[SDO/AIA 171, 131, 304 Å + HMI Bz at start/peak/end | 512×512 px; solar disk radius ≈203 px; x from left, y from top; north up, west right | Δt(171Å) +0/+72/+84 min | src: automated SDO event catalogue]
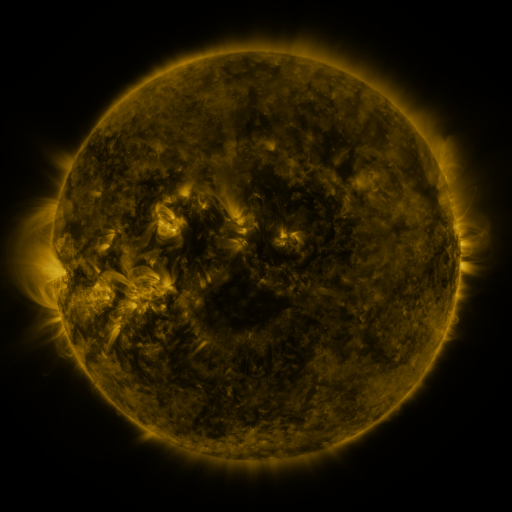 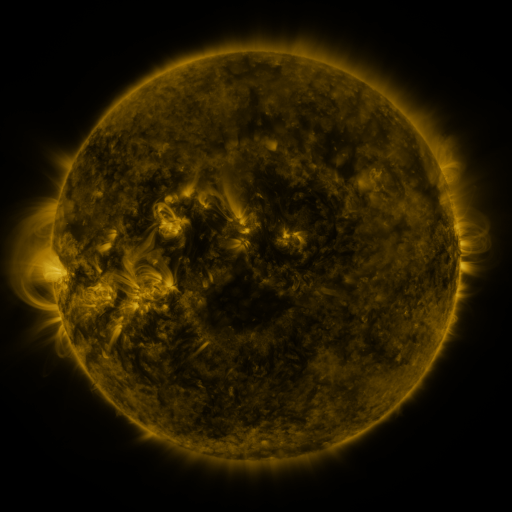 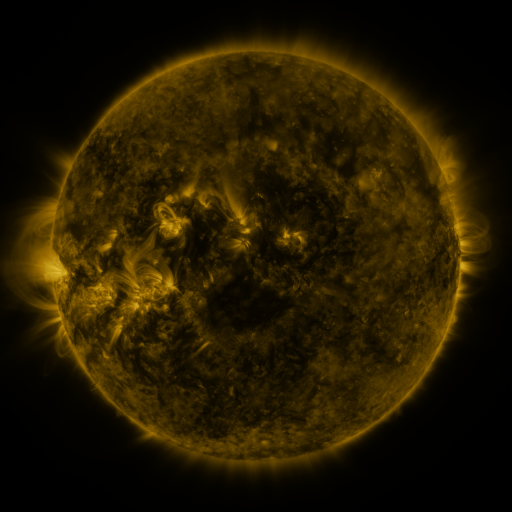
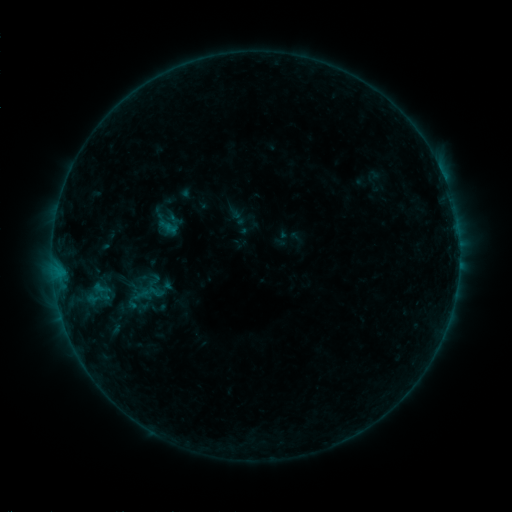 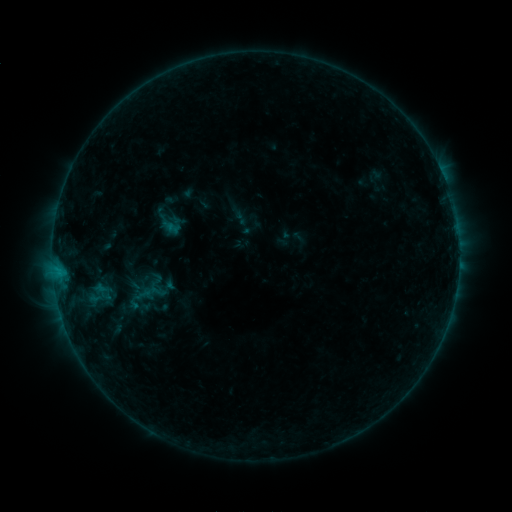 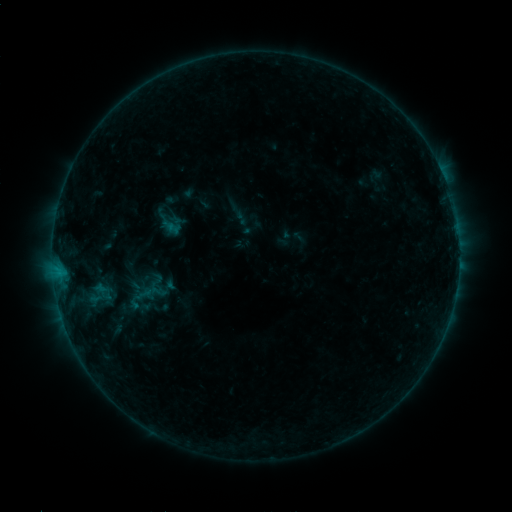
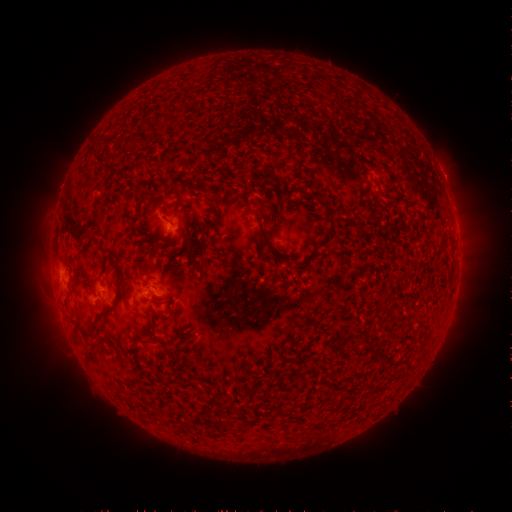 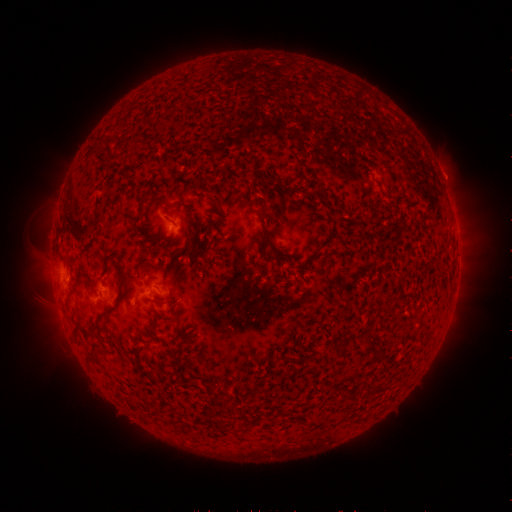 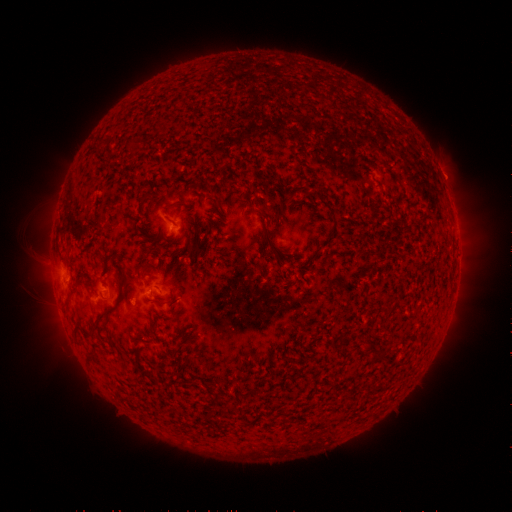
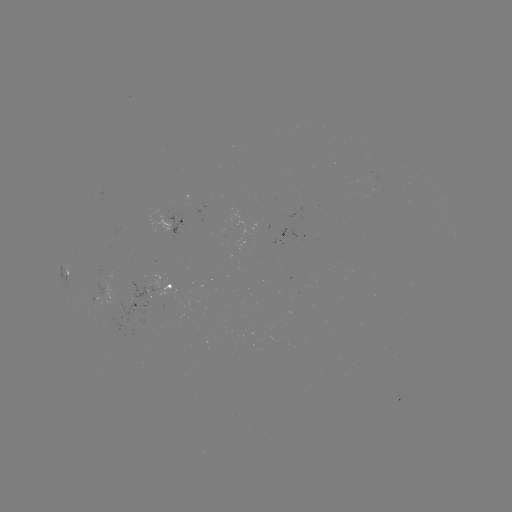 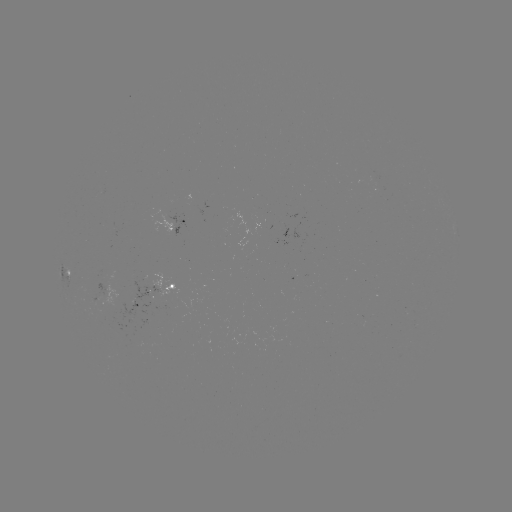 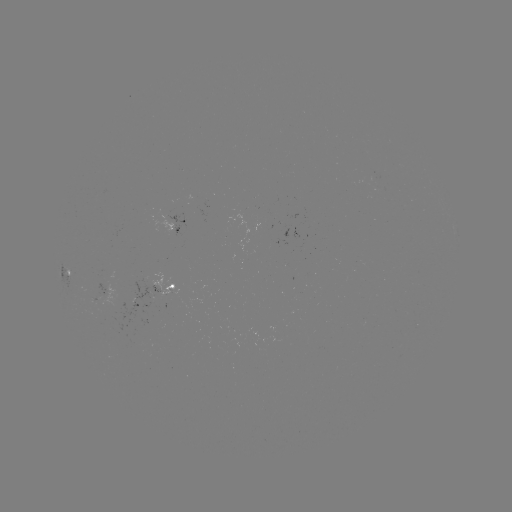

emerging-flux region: (87, 283, 120, 318)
